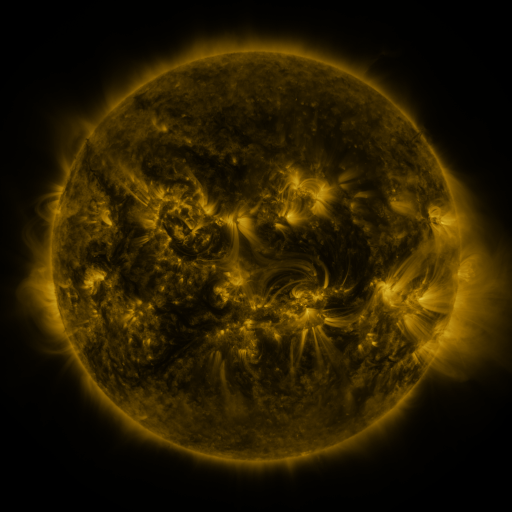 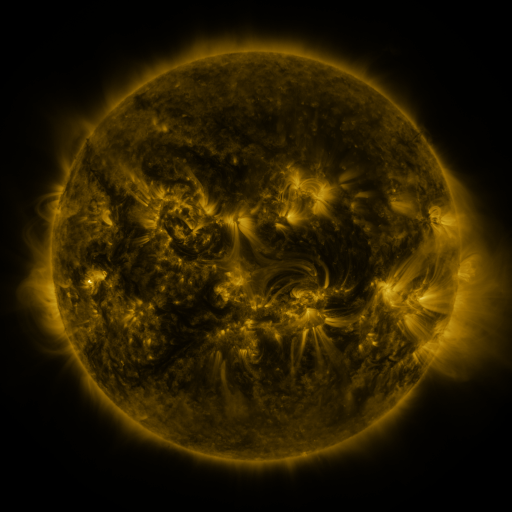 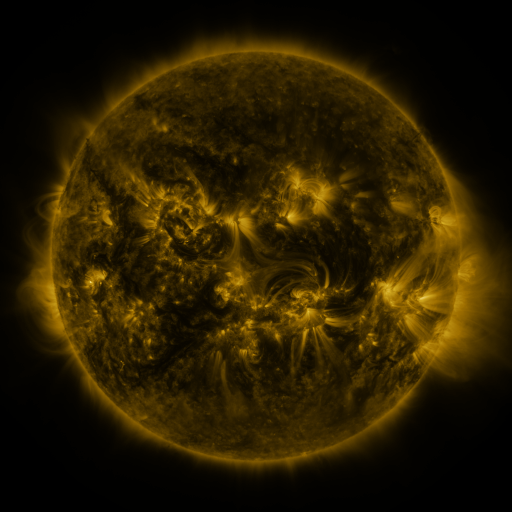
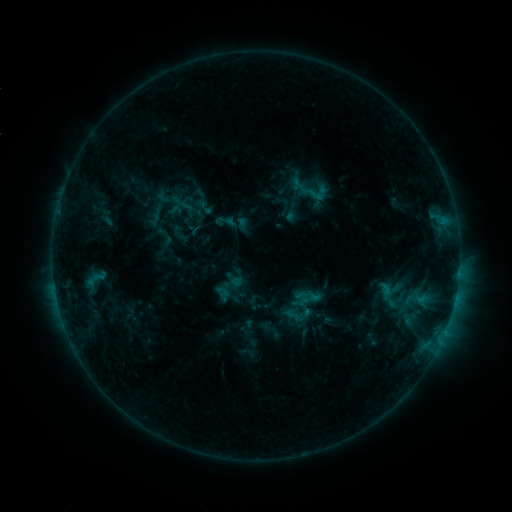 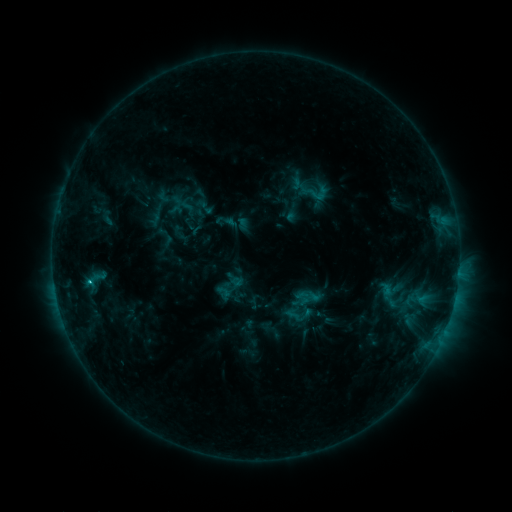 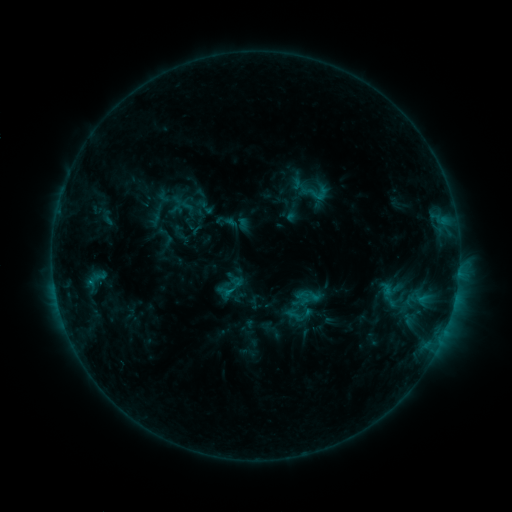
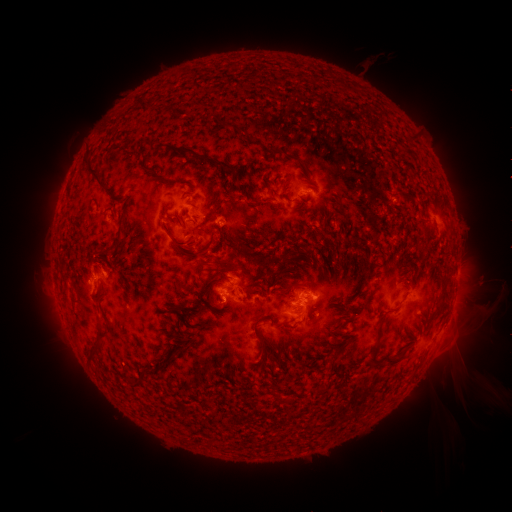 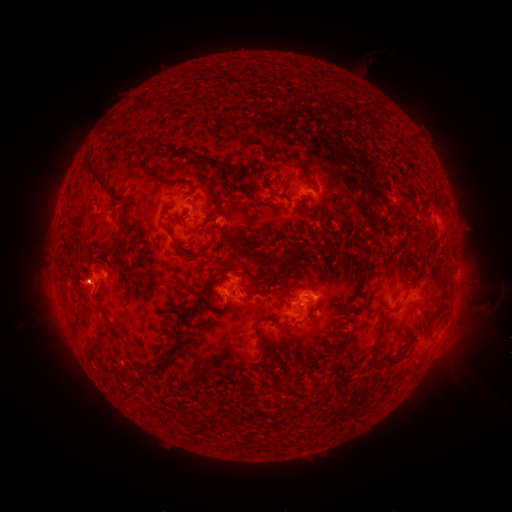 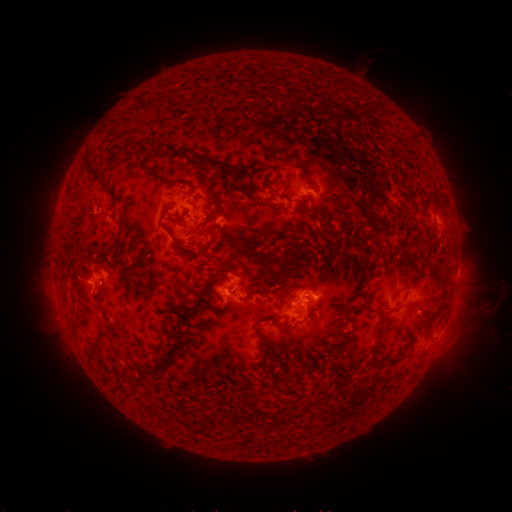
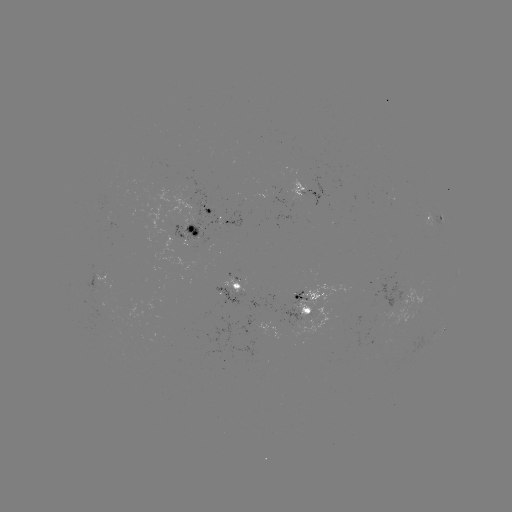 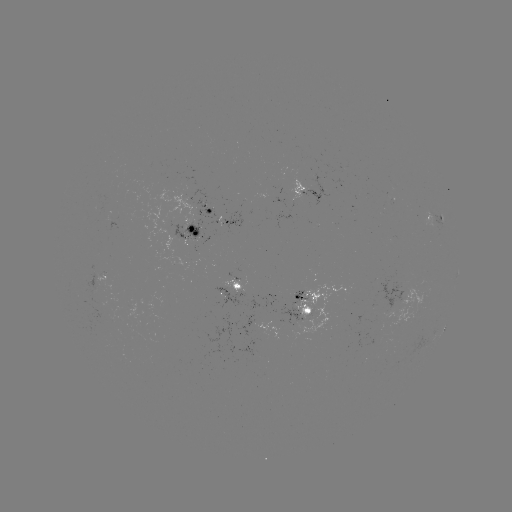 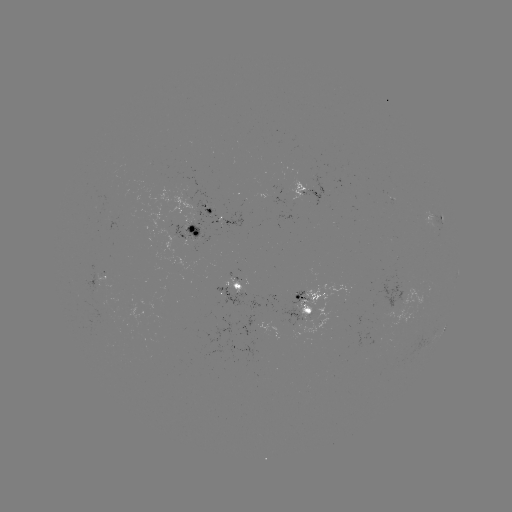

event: flare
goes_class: C1.1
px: (316, 312)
